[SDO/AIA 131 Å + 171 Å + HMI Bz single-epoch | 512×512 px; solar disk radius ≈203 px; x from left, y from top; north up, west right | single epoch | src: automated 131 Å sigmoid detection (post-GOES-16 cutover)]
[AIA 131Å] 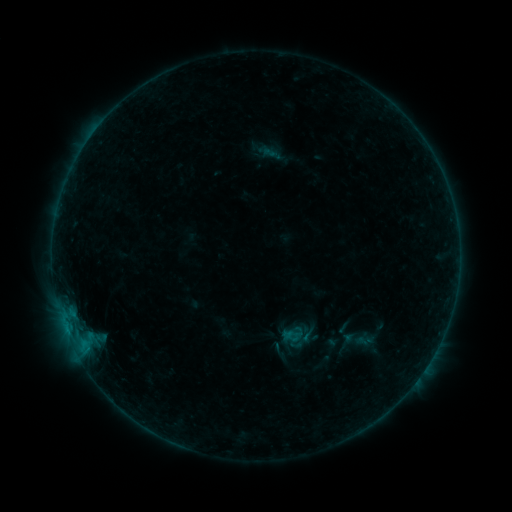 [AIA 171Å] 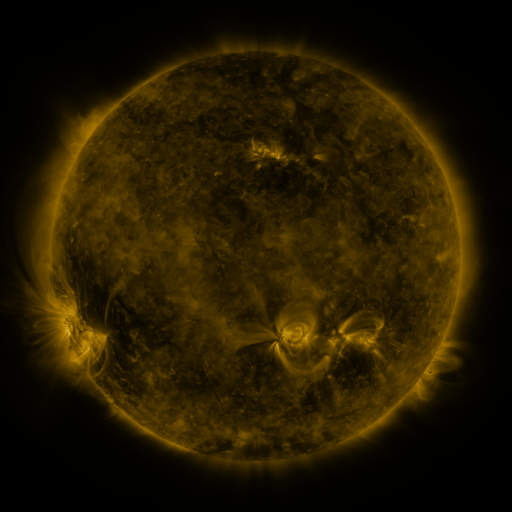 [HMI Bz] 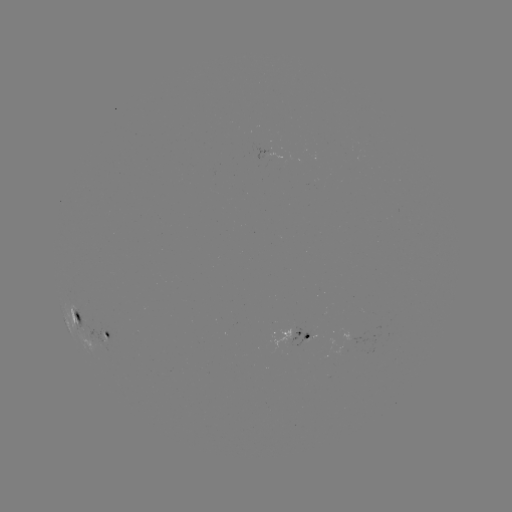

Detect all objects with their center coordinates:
sigmoid: [281, 322, 306, 346]
